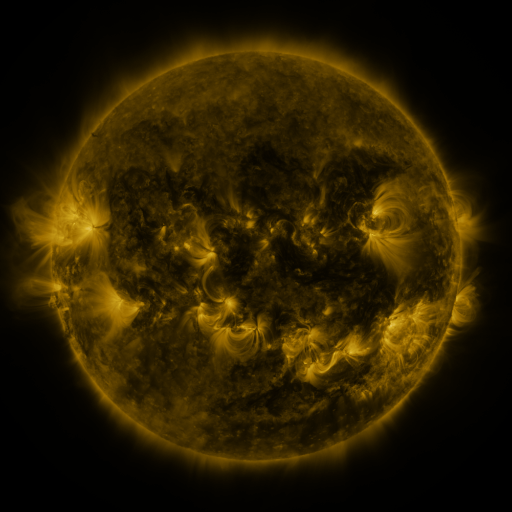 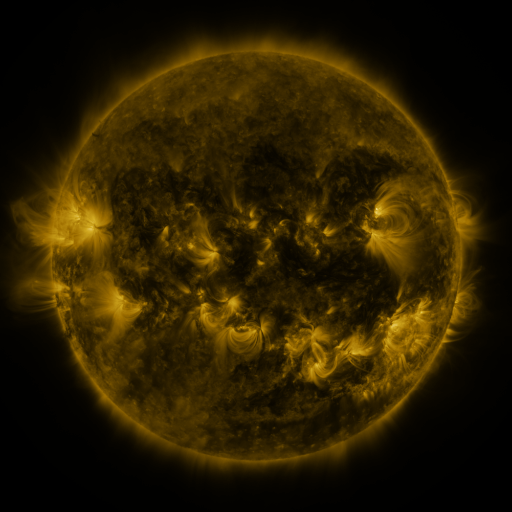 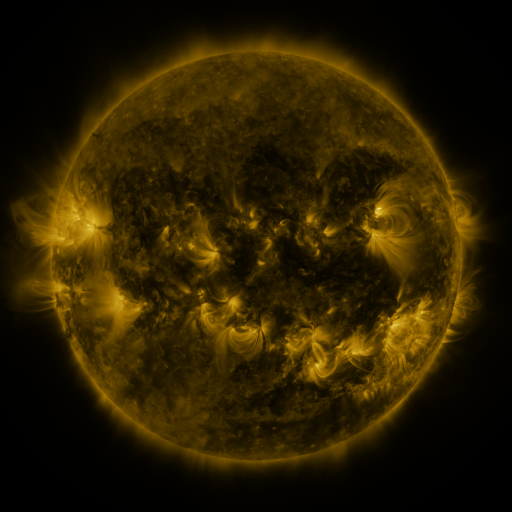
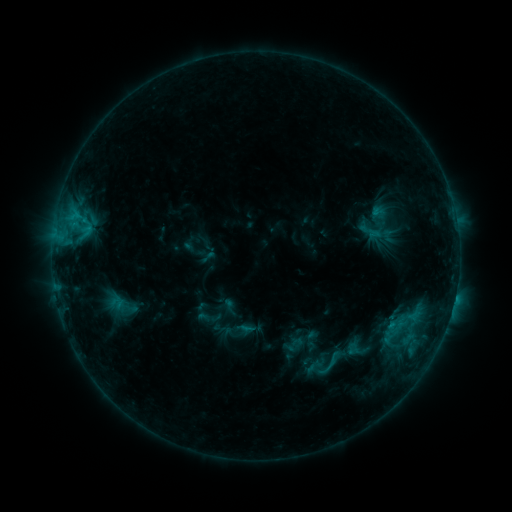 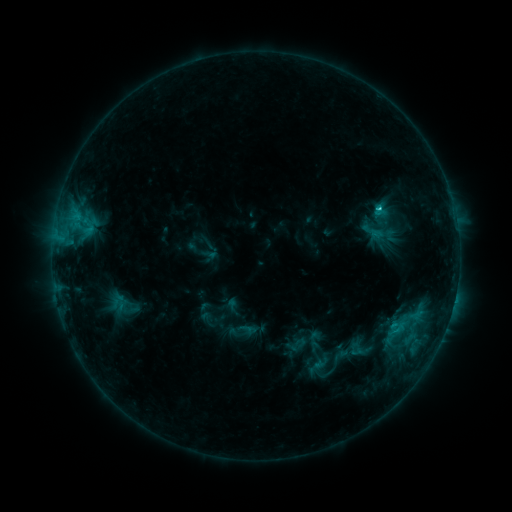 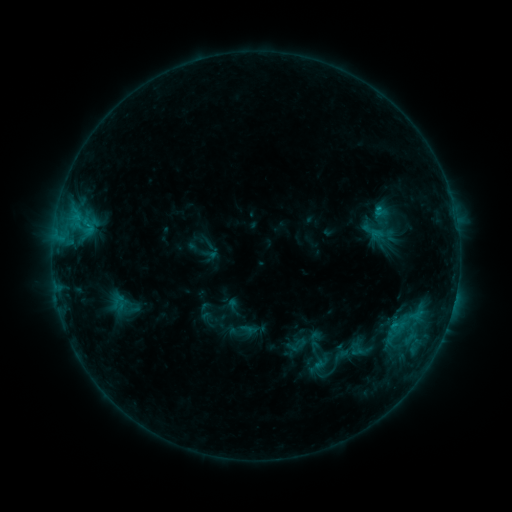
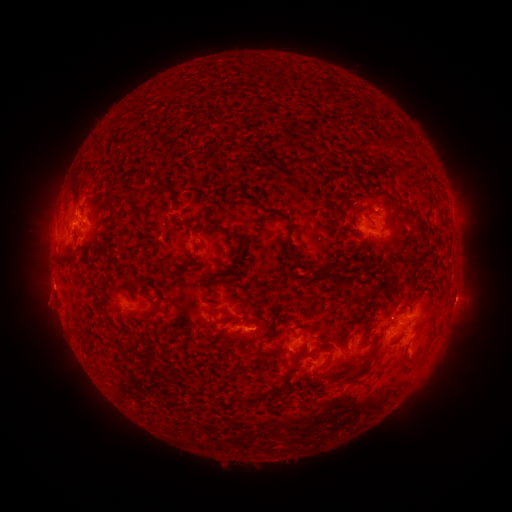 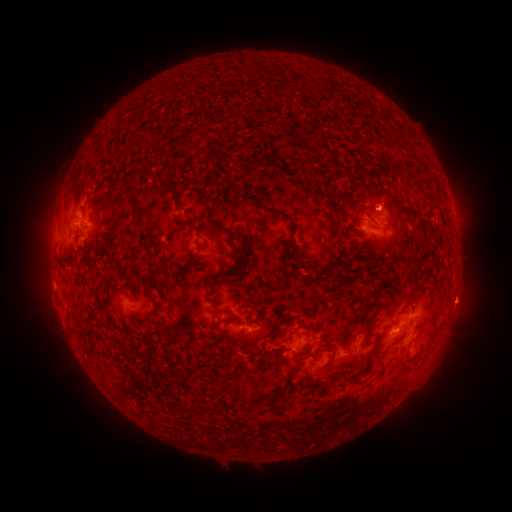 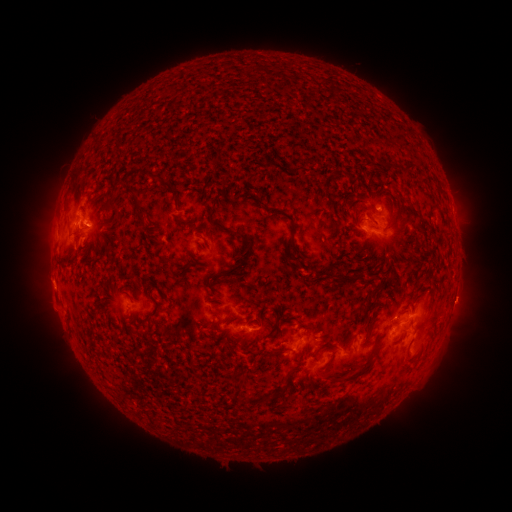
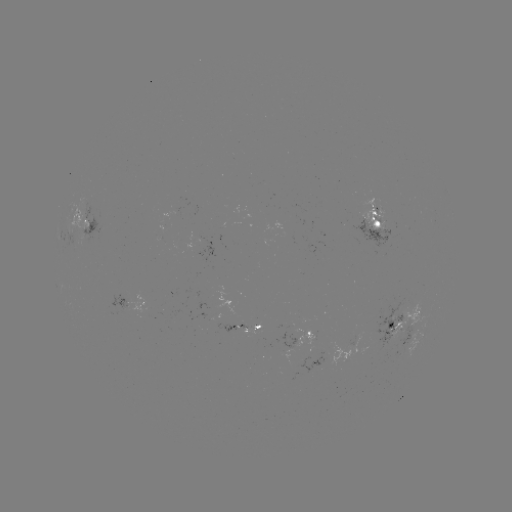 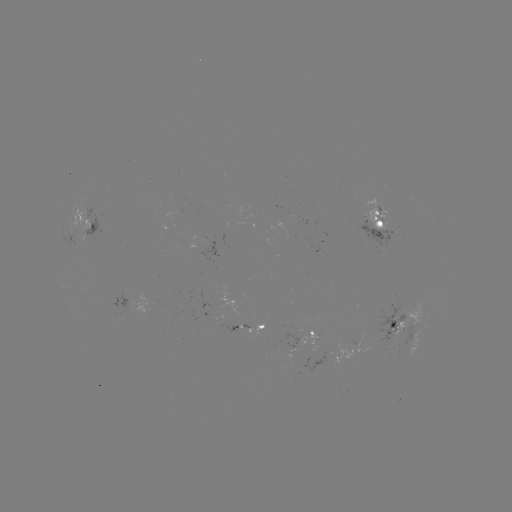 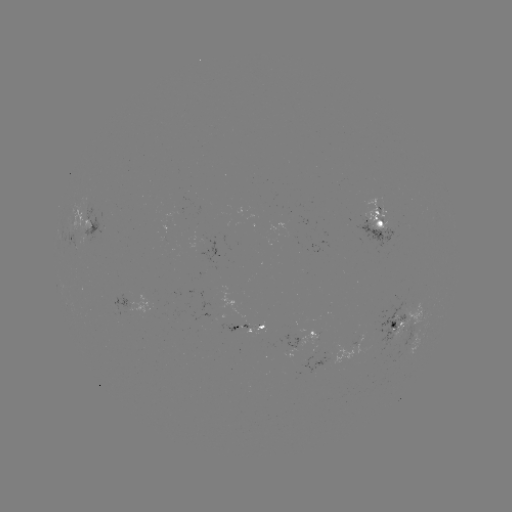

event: emerging-flux region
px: (237, 327)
